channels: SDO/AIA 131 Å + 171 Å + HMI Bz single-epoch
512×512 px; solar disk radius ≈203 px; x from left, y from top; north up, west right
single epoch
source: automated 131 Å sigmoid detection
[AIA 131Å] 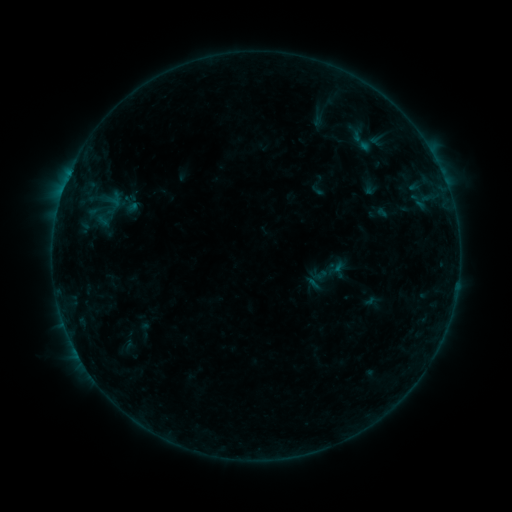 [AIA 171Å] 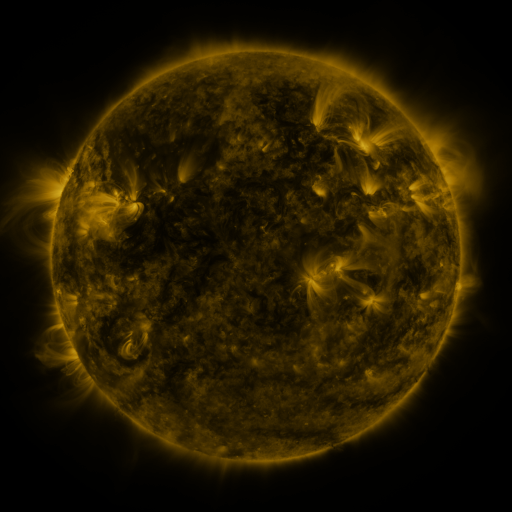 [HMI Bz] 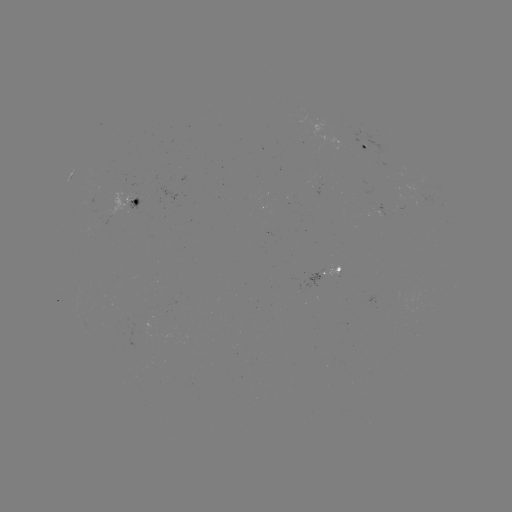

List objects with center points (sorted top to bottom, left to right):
sigmoid: (363, 139)
